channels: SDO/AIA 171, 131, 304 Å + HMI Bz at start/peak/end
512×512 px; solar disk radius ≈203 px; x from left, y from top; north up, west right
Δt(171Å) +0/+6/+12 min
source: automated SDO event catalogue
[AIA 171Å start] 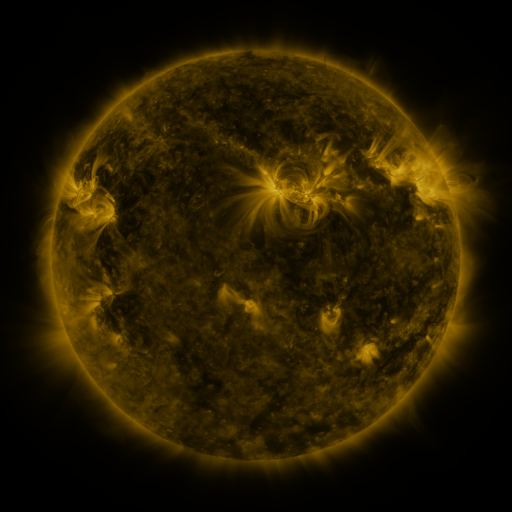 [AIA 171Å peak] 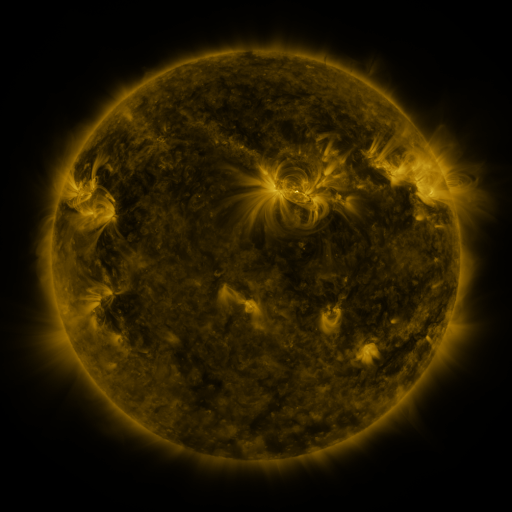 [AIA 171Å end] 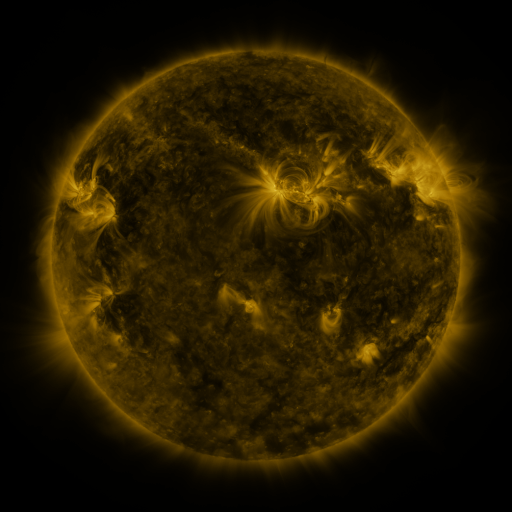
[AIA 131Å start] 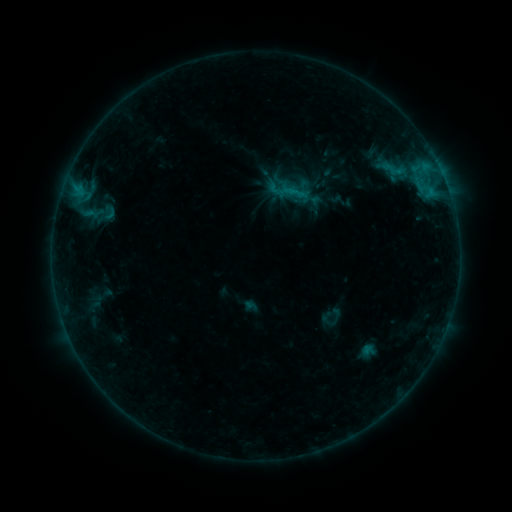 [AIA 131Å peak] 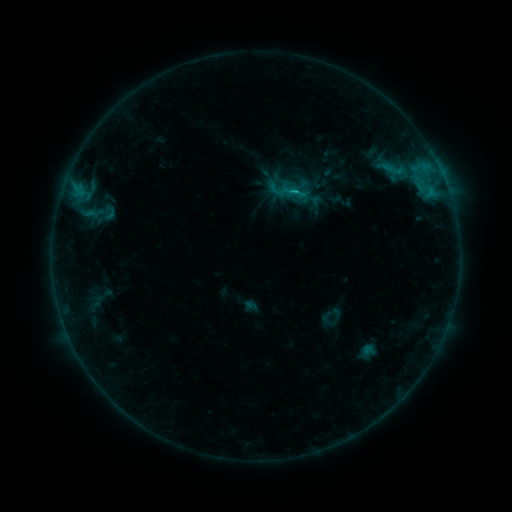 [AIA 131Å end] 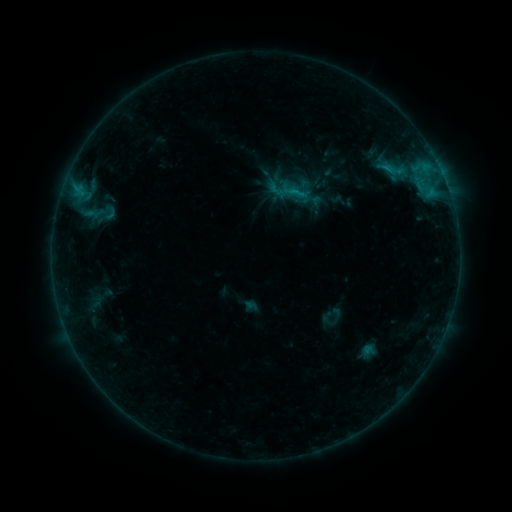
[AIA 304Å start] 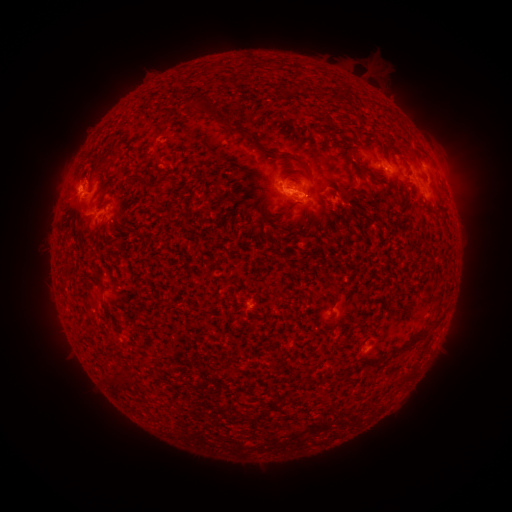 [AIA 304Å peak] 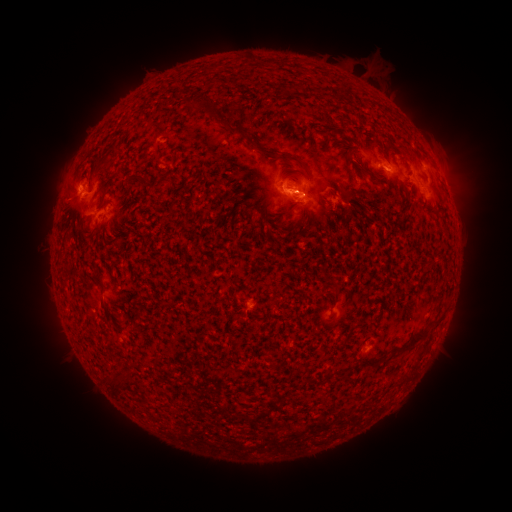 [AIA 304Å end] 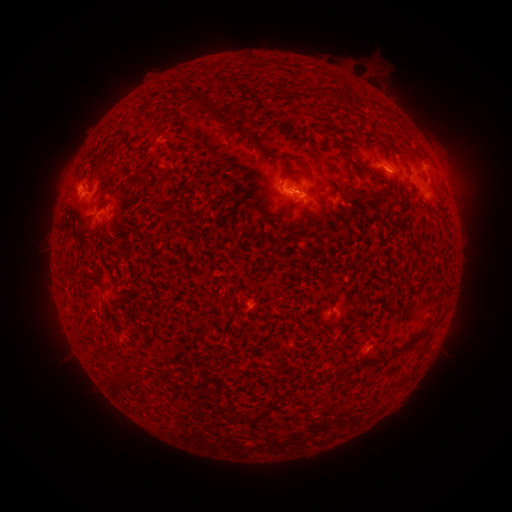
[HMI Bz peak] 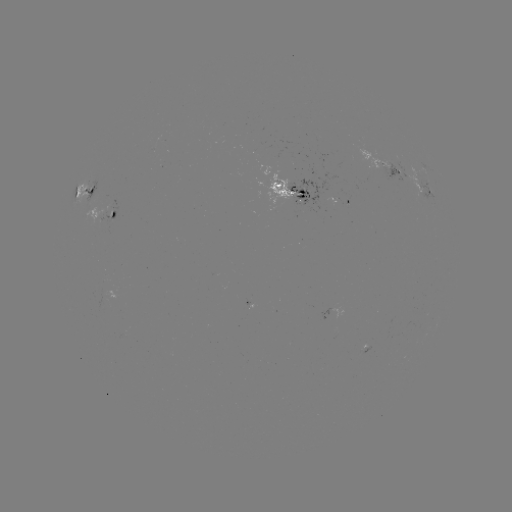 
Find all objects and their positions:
B8.2 flare: (294, 194)
